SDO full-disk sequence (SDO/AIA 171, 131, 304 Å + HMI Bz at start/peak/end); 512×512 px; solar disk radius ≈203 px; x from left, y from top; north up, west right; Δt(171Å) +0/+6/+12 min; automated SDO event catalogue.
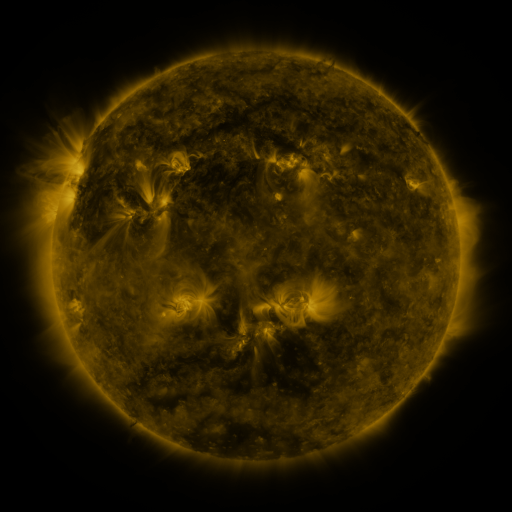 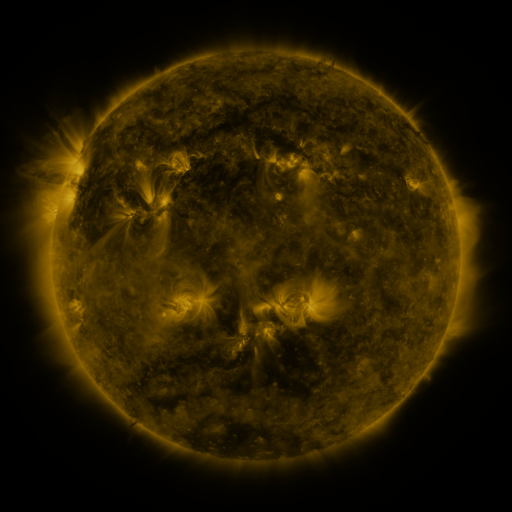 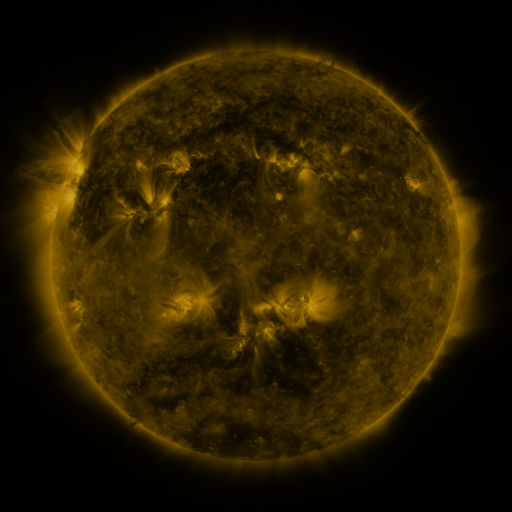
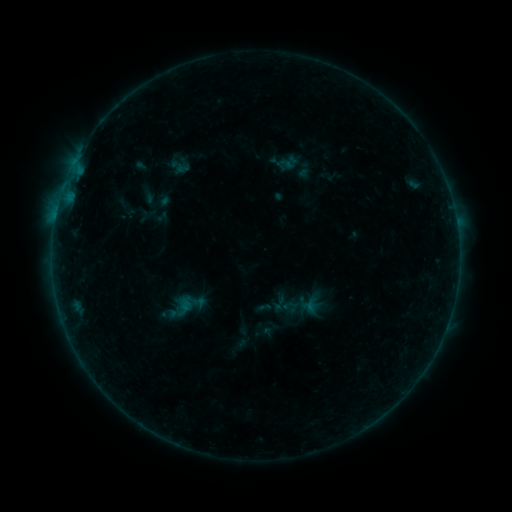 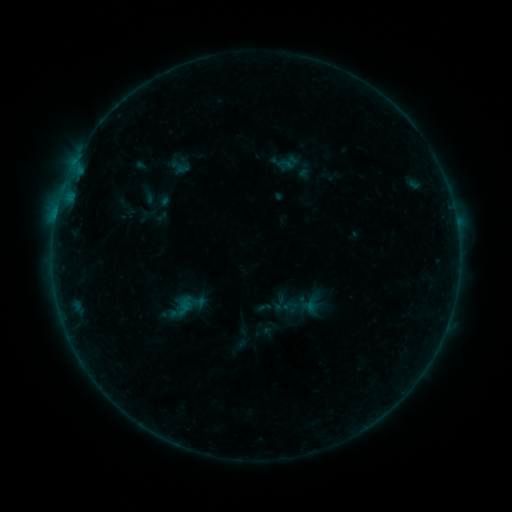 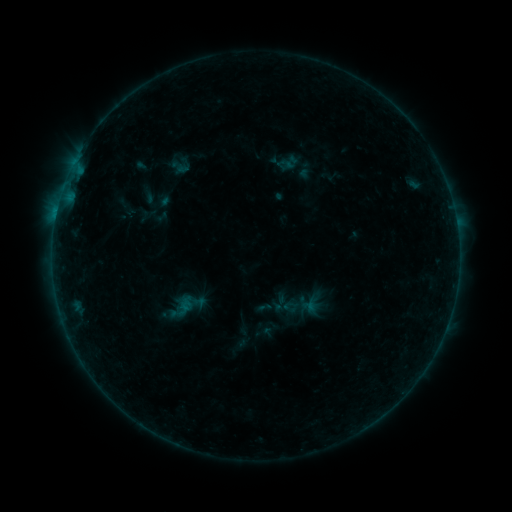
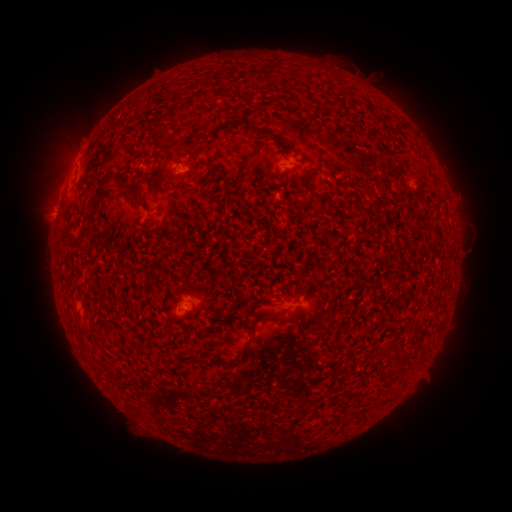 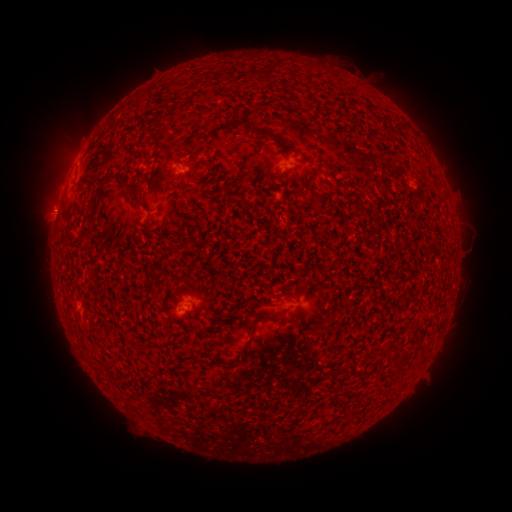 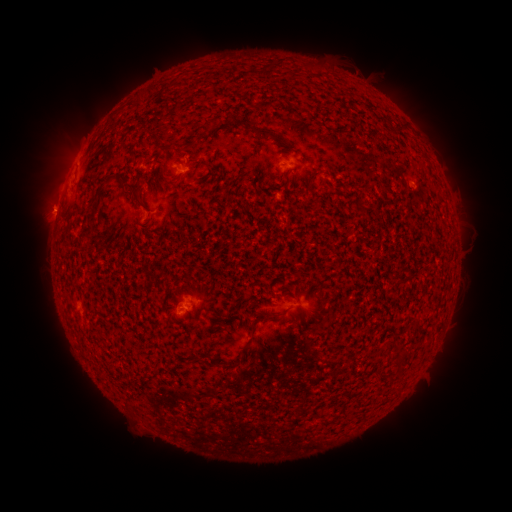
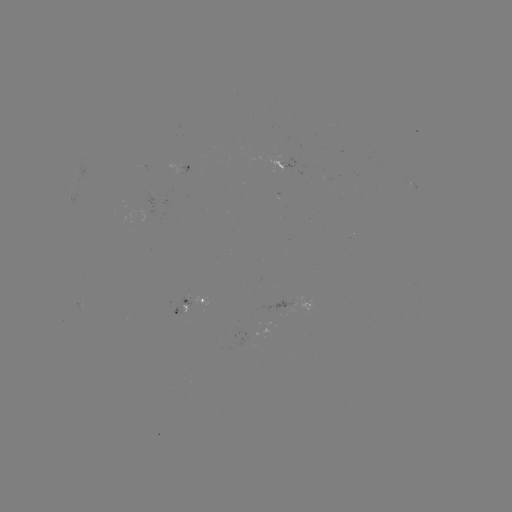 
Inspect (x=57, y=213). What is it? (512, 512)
B1.0 flare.